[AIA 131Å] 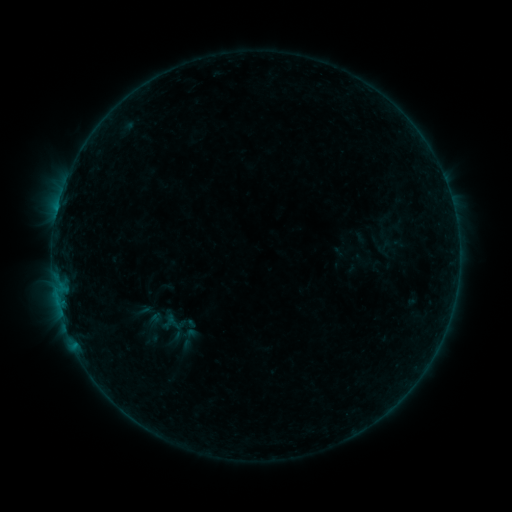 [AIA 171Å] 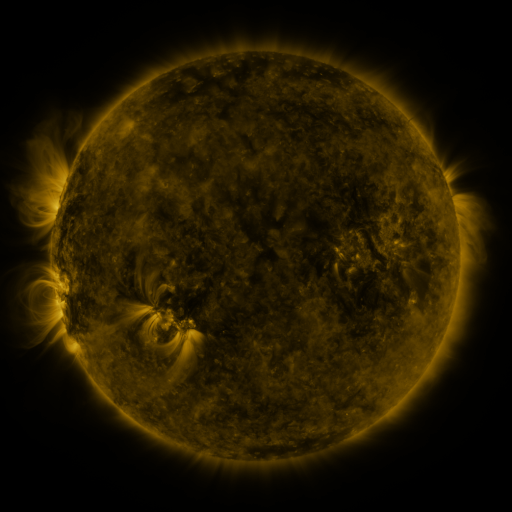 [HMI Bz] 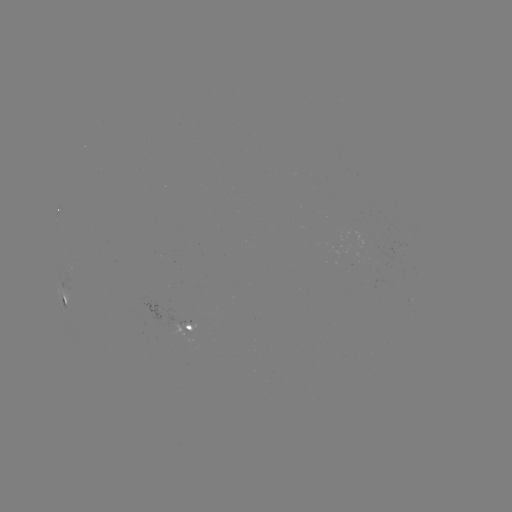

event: sigmoid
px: (189, 338)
